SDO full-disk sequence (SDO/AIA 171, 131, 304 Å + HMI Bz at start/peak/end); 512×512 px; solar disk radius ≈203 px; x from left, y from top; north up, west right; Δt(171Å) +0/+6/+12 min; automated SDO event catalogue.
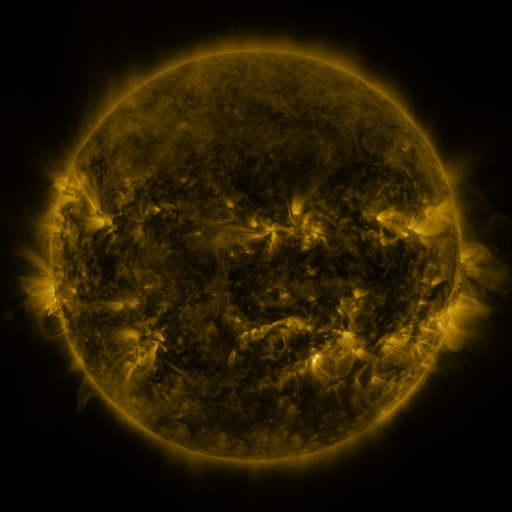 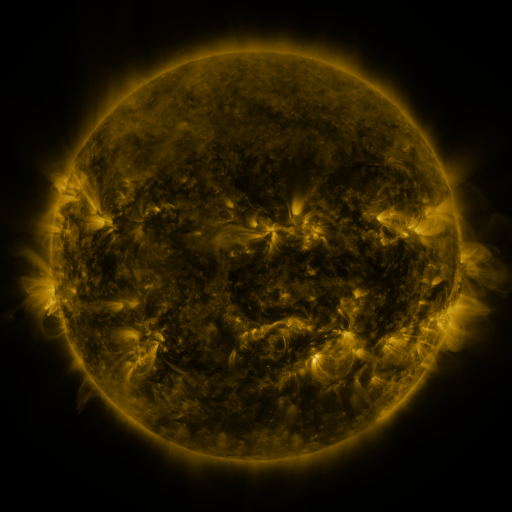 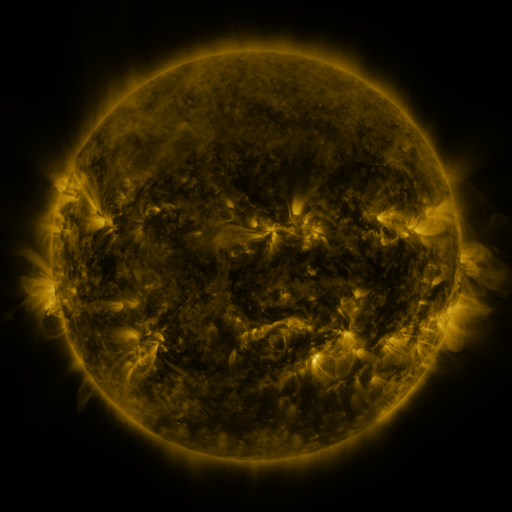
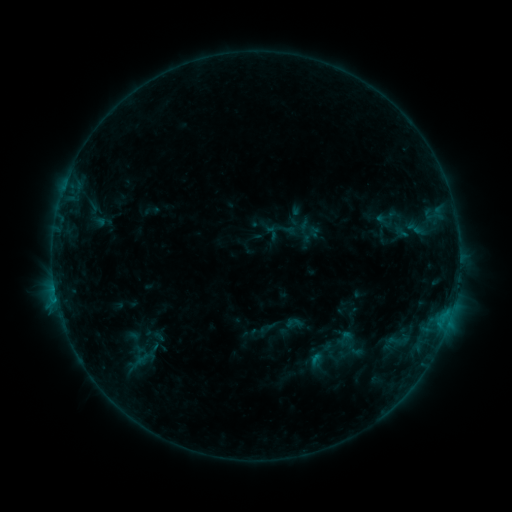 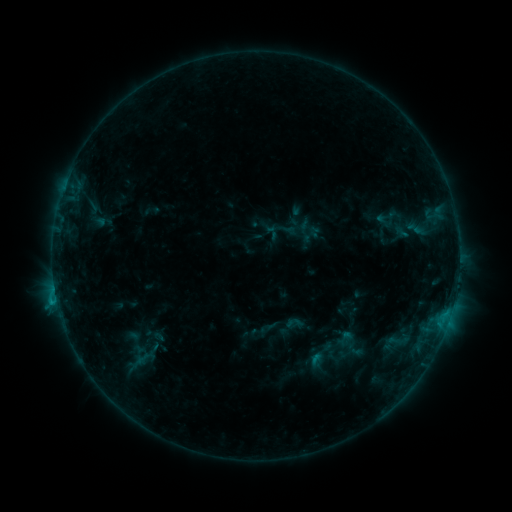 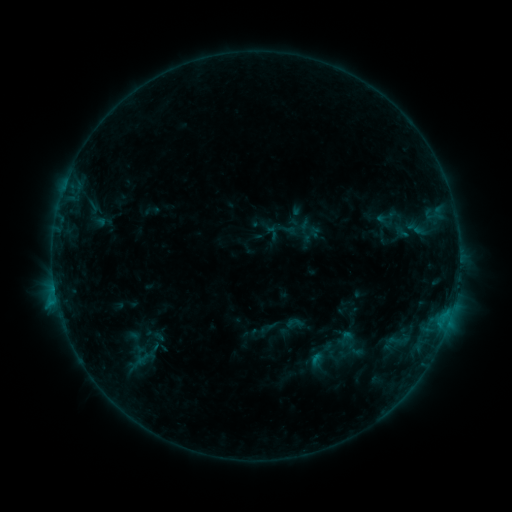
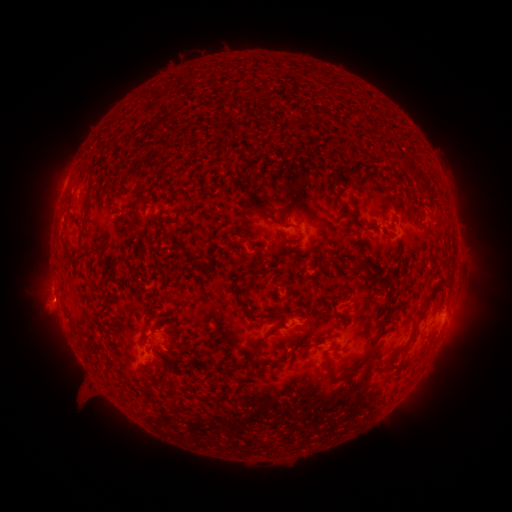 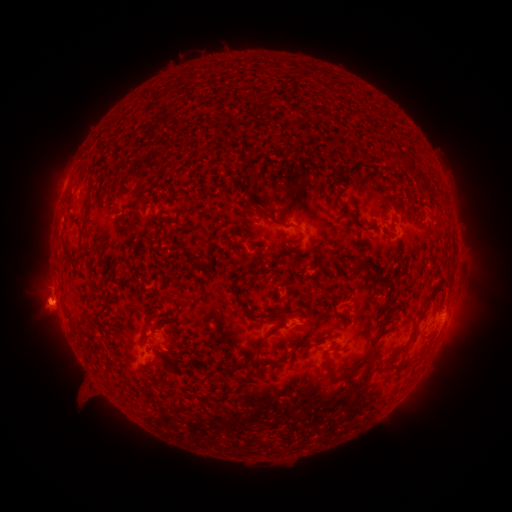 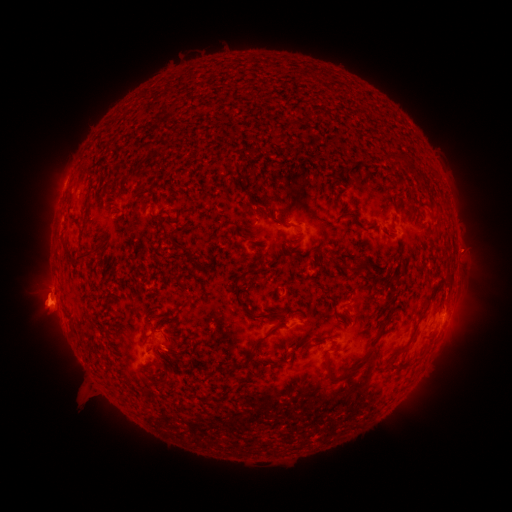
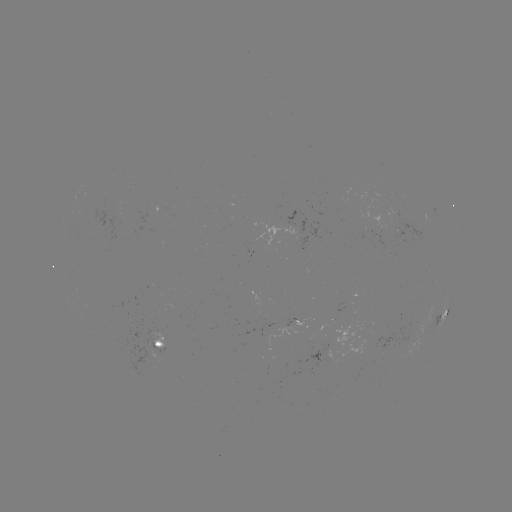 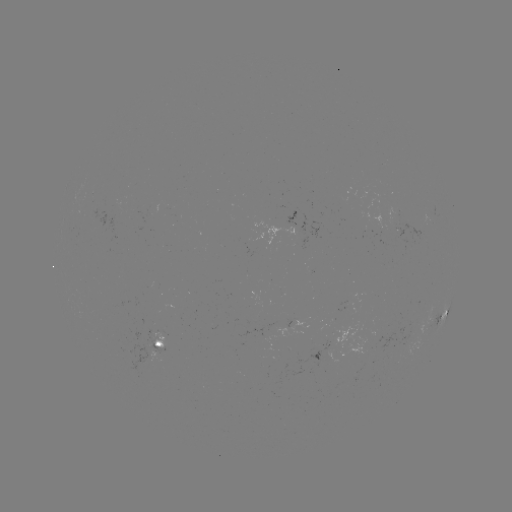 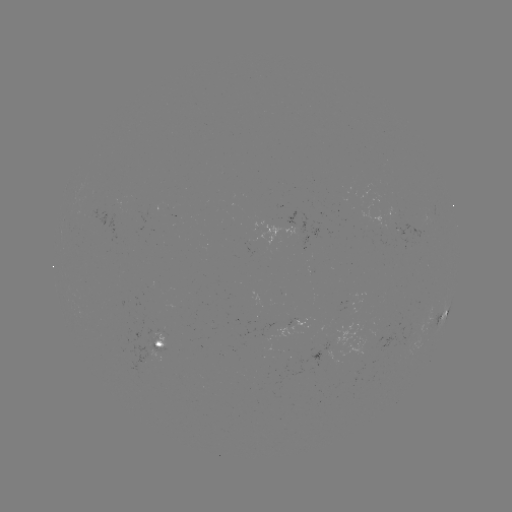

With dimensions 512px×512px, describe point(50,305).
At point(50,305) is eruption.